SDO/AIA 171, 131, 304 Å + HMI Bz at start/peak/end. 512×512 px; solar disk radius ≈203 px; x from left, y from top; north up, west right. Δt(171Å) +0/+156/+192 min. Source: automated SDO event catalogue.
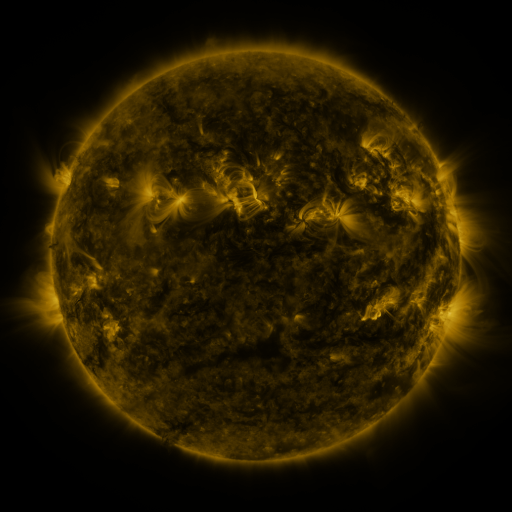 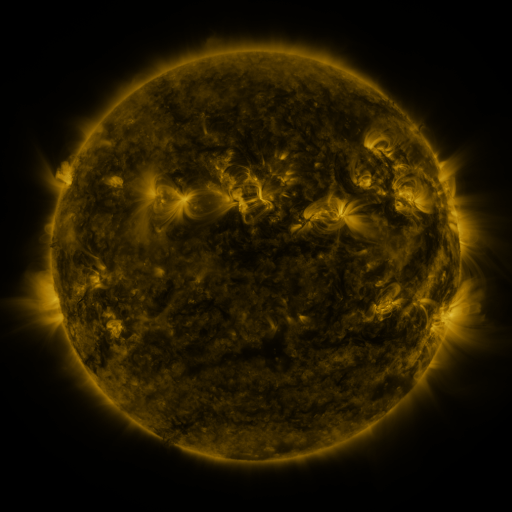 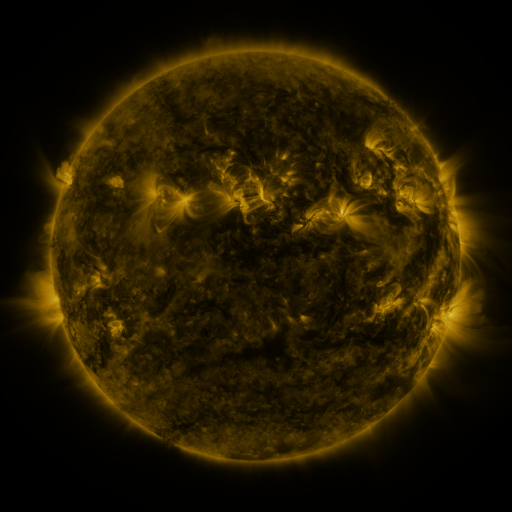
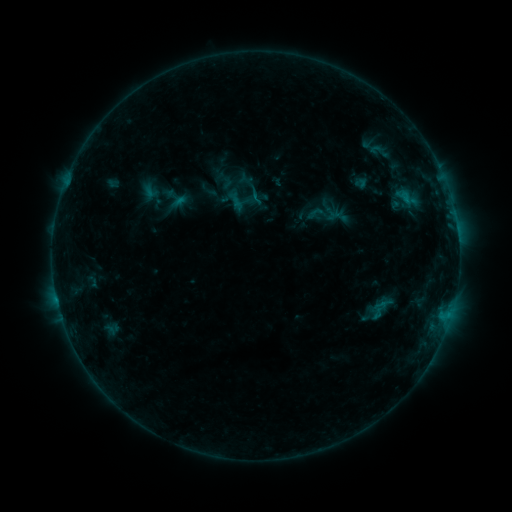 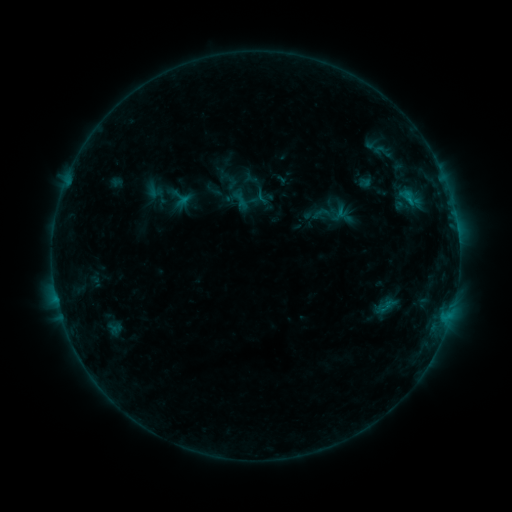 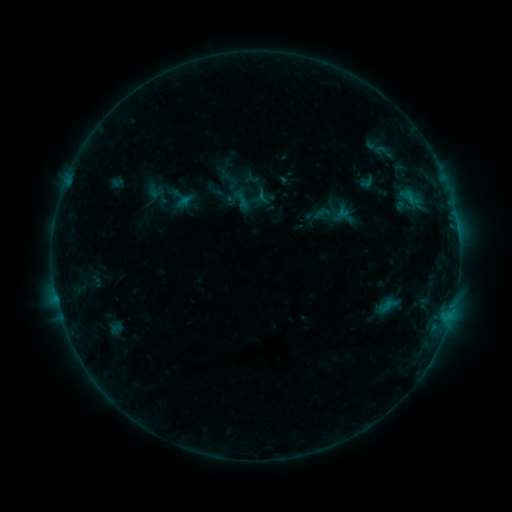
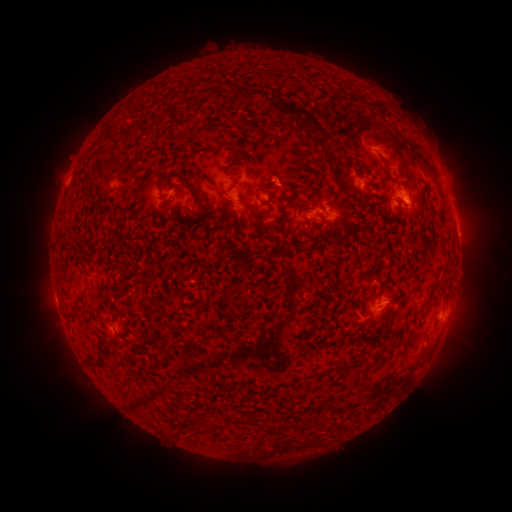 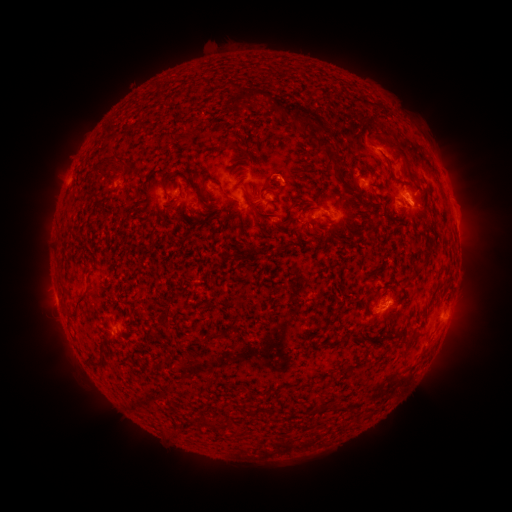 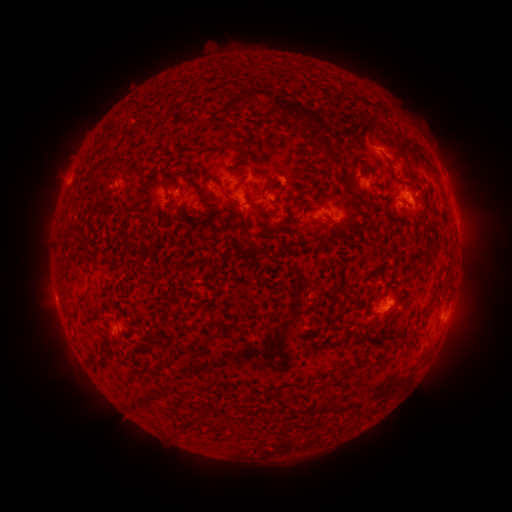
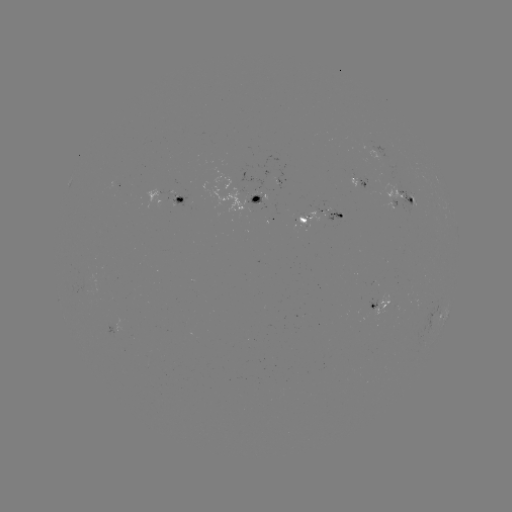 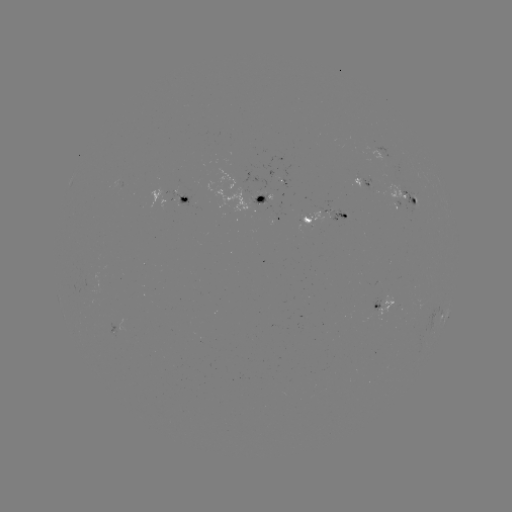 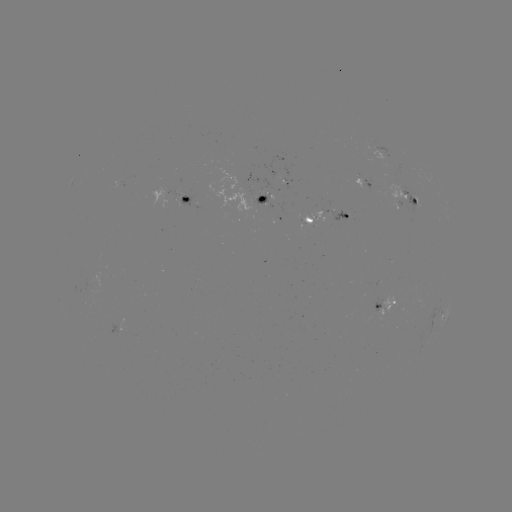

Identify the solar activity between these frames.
emerging-flux region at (262, 201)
